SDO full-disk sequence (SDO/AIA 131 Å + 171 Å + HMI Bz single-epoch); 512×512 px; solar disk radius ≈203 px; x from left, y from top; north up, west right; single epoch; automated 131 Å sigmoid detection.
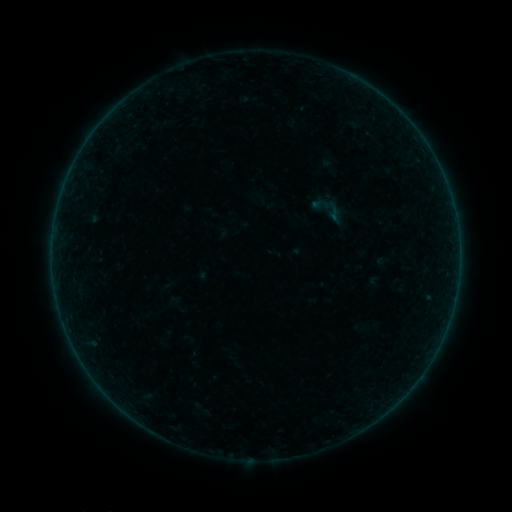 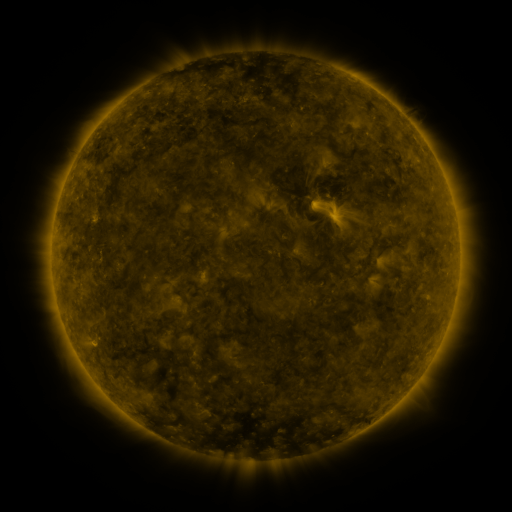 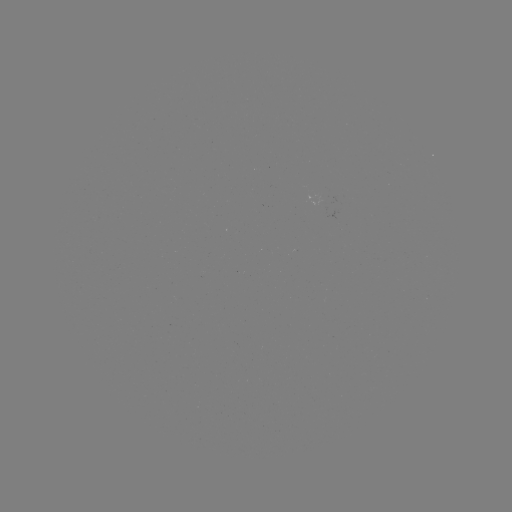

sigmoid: (310, 190, 345, 225)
